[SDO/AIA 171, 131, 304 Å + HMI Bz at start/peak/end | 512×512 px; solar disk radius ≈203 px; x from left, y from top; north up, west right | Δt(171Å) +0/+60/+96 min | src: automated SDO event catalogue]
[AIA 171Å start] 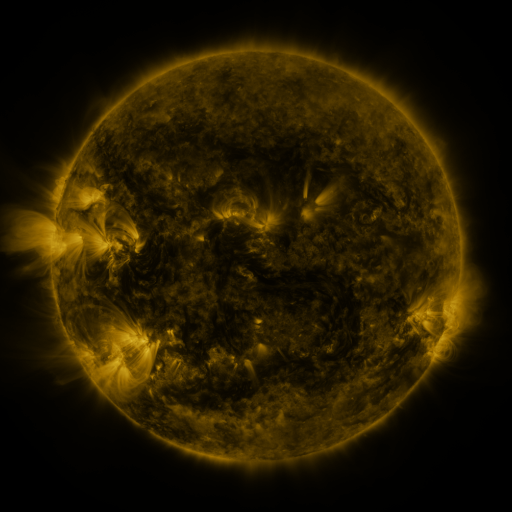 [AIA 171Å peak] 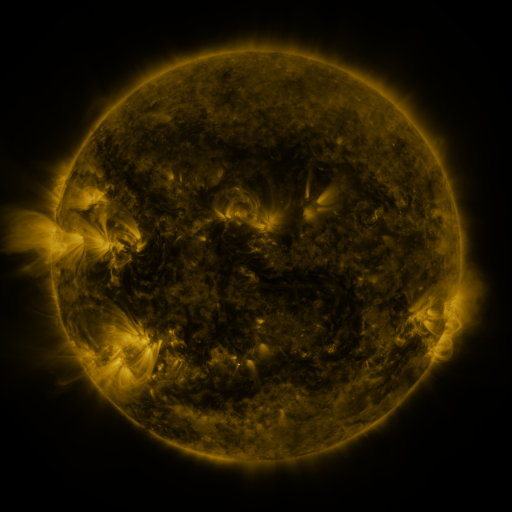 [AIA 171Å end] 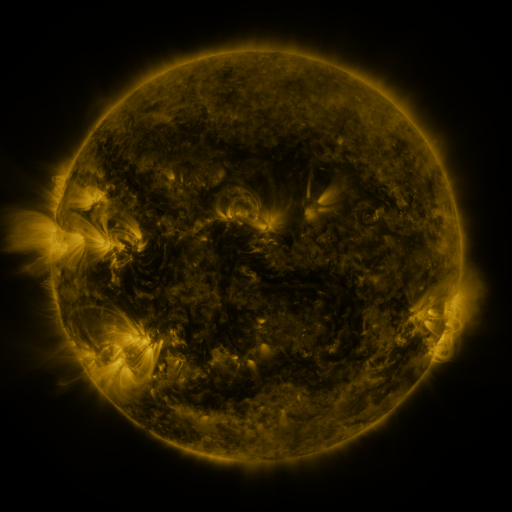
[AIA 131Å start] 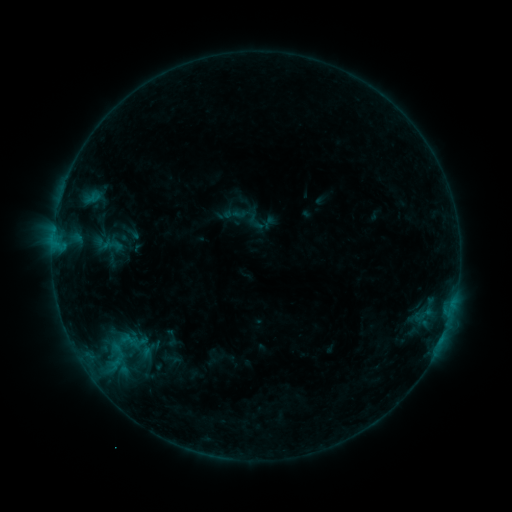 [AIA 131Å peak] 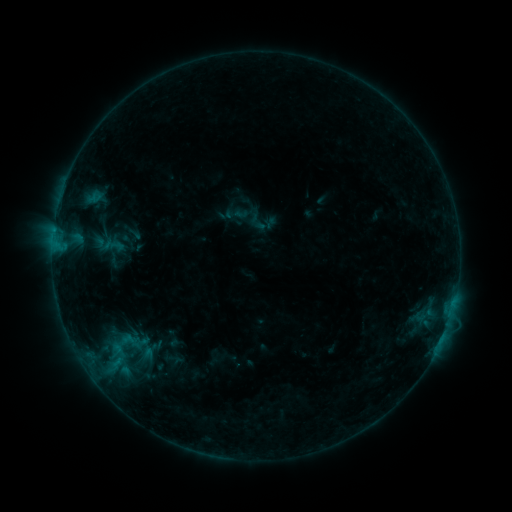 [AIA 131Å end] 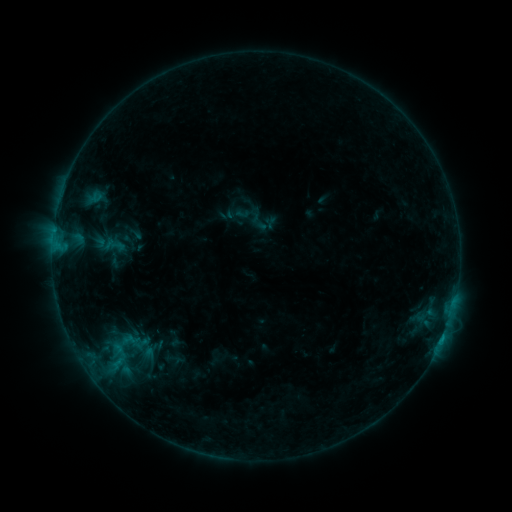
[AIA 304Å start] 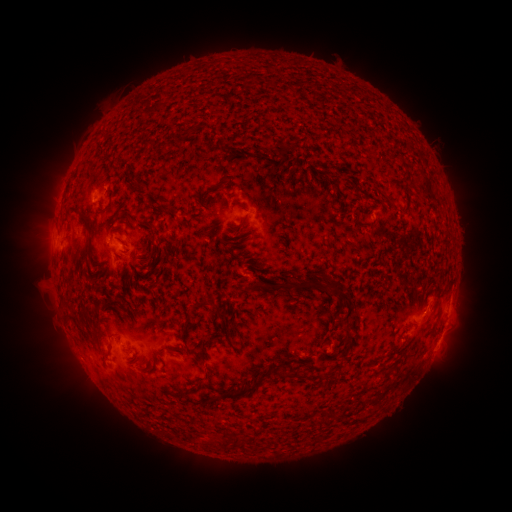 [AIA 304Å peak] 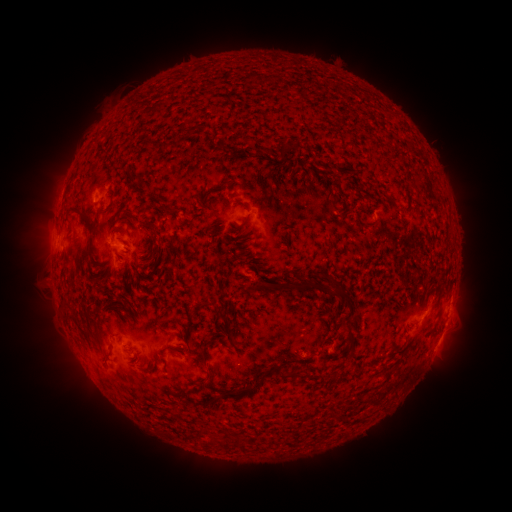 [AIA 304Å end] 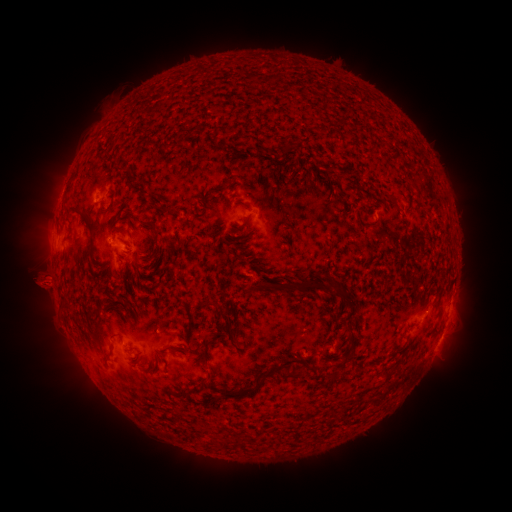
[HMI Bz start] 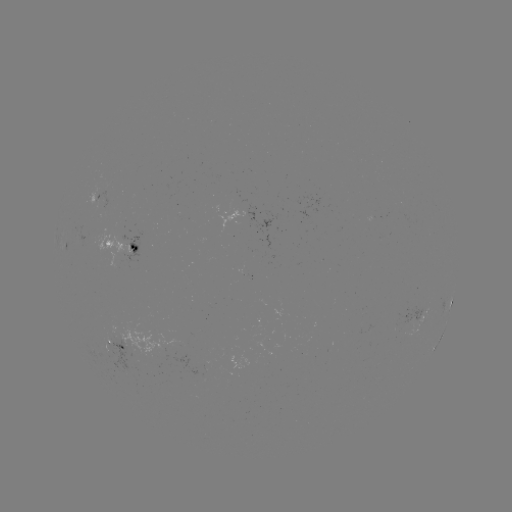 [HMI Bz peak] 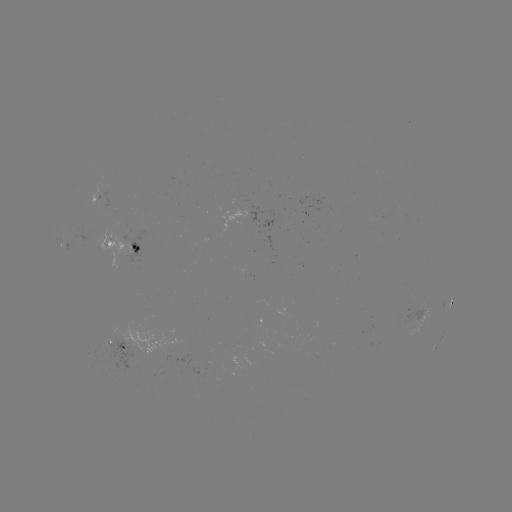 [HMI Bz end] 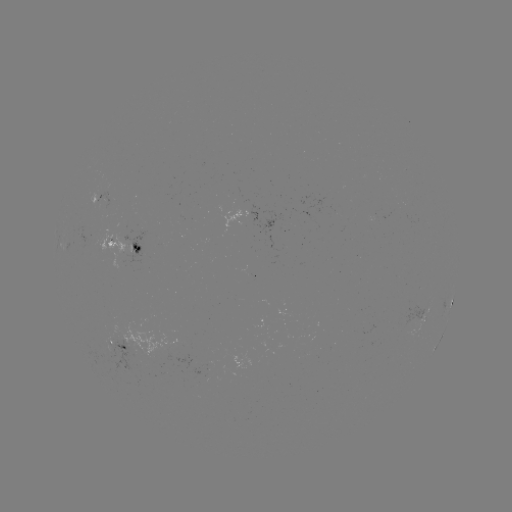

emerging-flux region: <bbox>98, 193, 108, 216</bbox>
